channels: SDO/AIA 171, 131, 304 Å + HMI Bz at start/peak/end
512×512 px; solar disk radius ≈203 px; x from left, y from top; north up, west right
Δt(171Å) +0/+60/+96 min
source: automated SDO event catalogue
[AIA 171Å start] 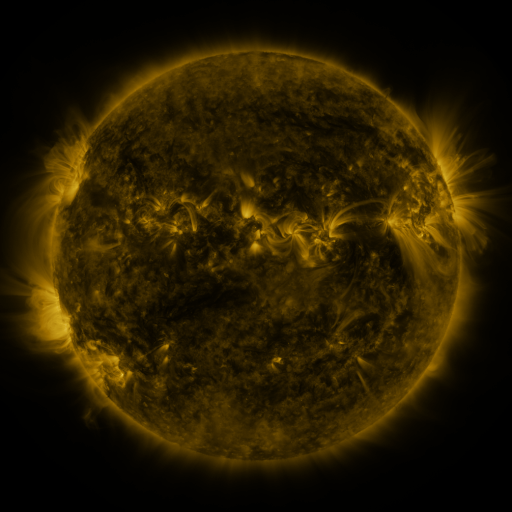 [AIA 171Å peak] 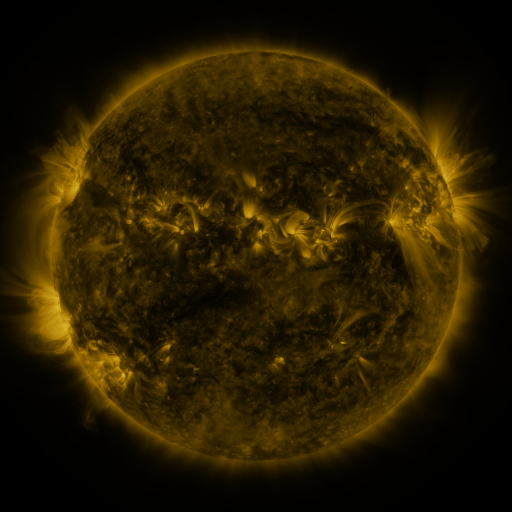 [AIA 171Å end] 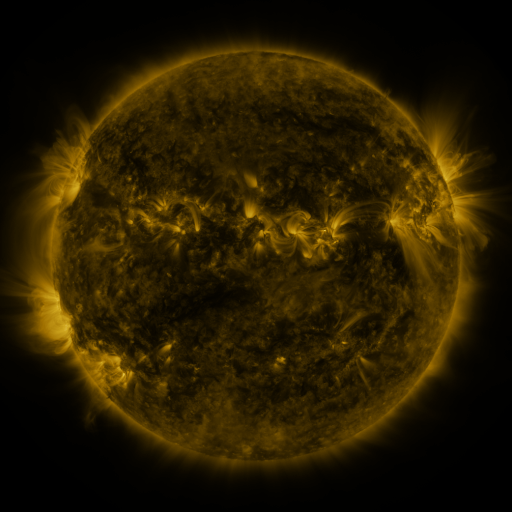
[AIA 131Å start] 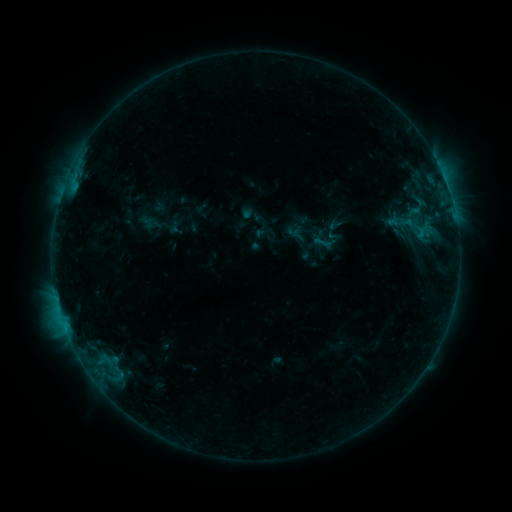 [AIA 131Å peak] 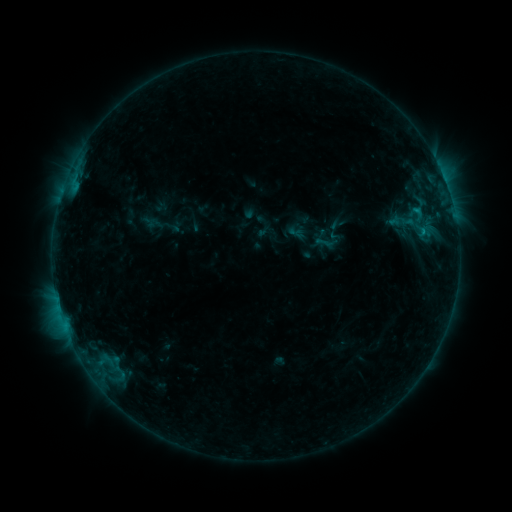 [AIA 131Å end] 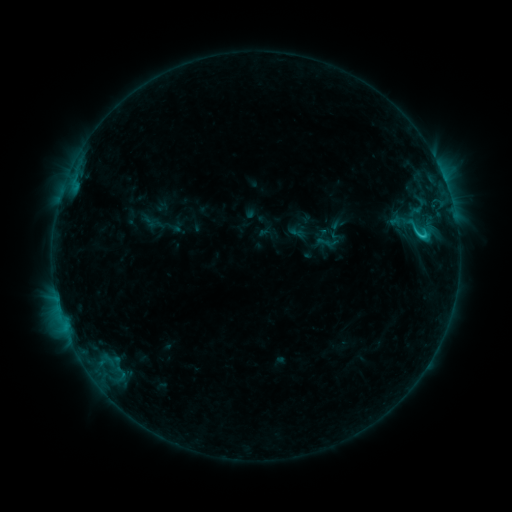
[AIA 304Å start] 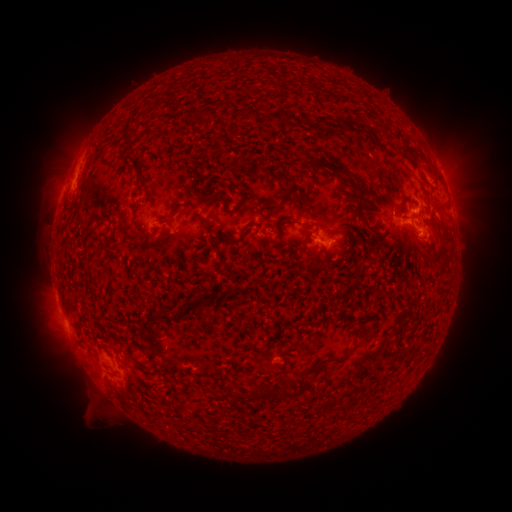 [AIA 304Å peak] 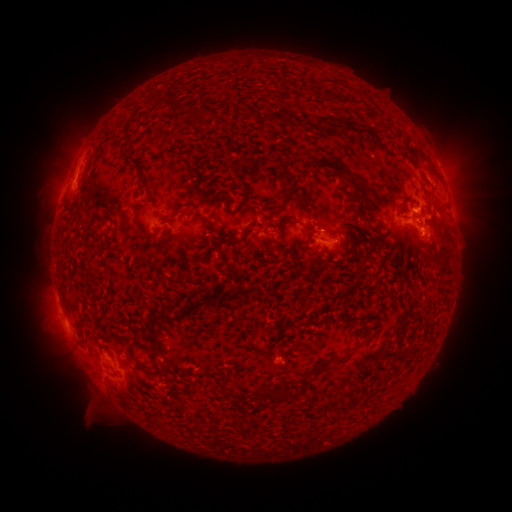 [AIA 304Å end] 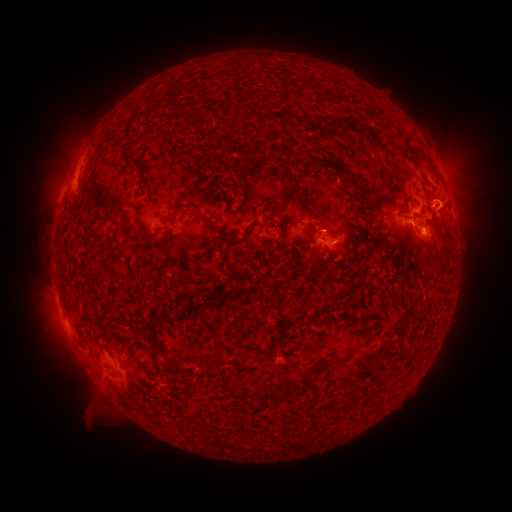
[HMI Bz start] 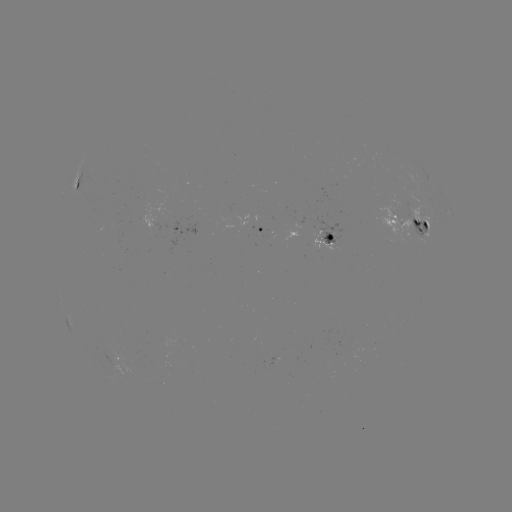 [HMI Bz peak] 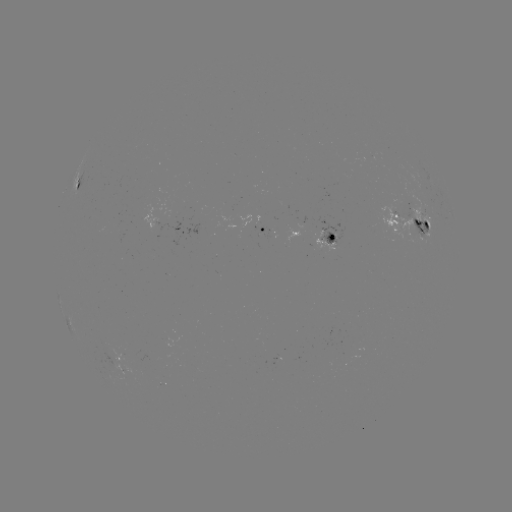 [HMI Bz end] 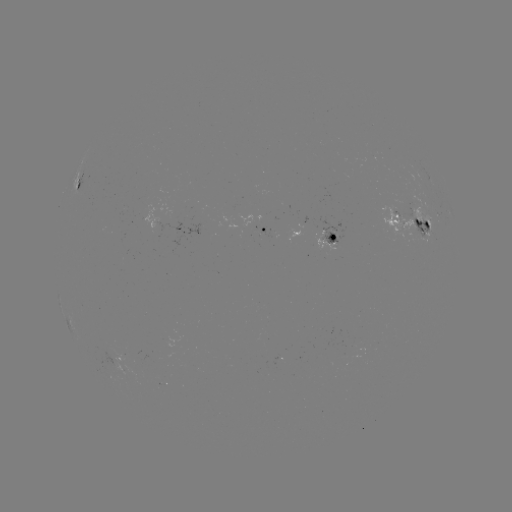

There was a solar emerging-flux region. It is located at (157, 220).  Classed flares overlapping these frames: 3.